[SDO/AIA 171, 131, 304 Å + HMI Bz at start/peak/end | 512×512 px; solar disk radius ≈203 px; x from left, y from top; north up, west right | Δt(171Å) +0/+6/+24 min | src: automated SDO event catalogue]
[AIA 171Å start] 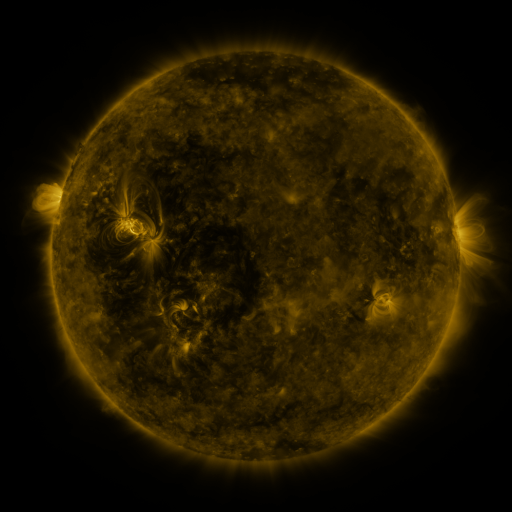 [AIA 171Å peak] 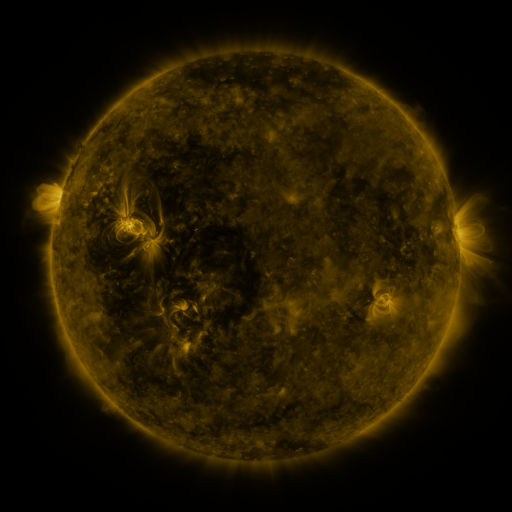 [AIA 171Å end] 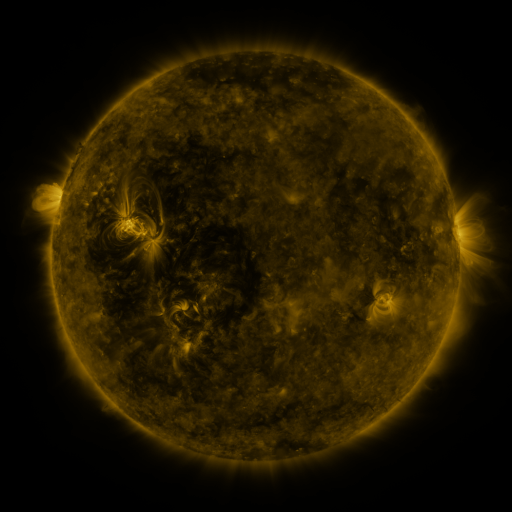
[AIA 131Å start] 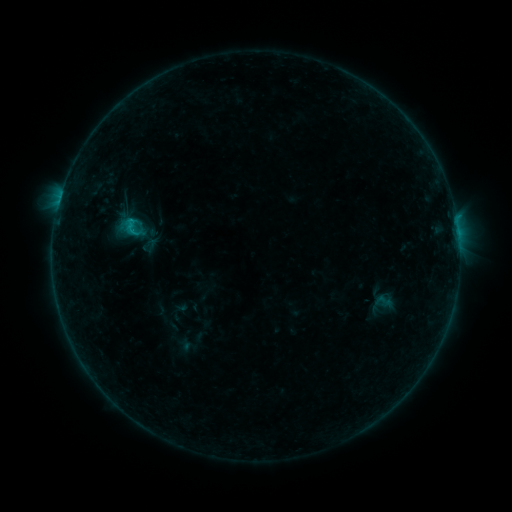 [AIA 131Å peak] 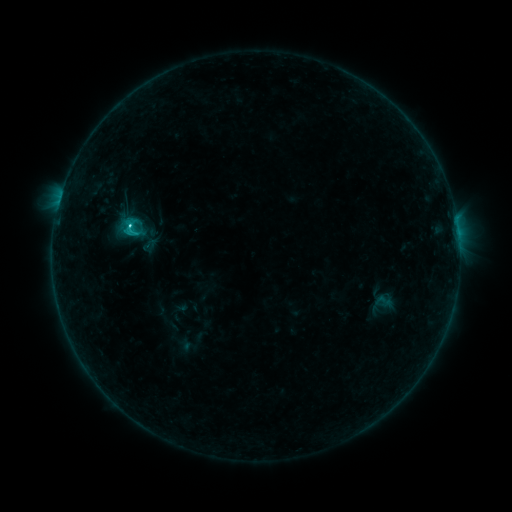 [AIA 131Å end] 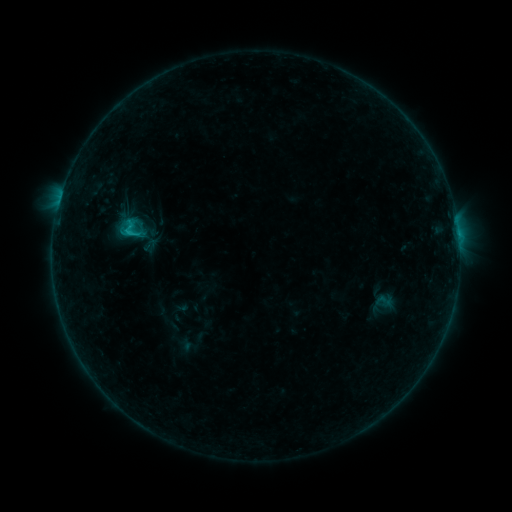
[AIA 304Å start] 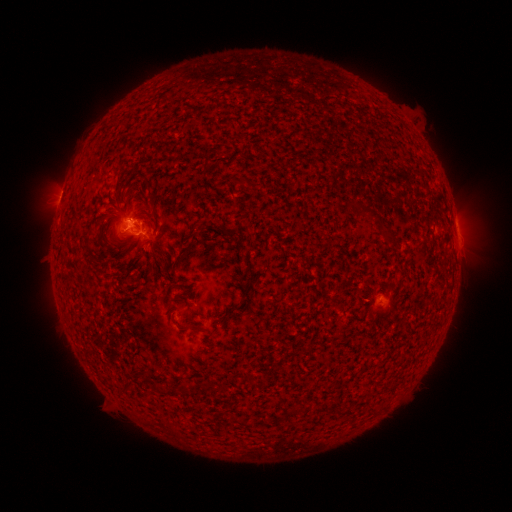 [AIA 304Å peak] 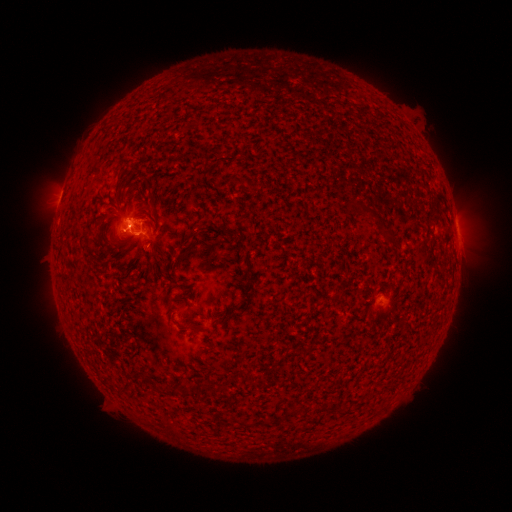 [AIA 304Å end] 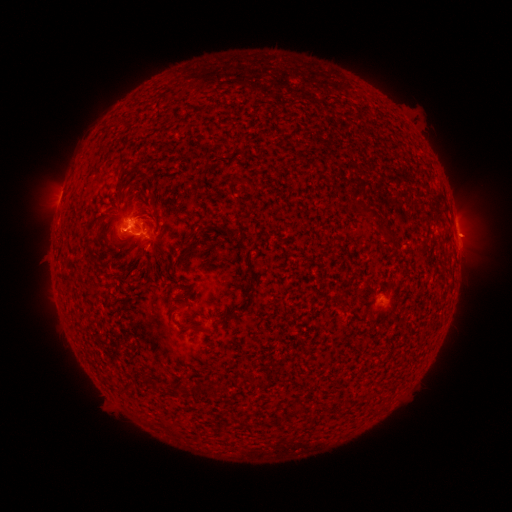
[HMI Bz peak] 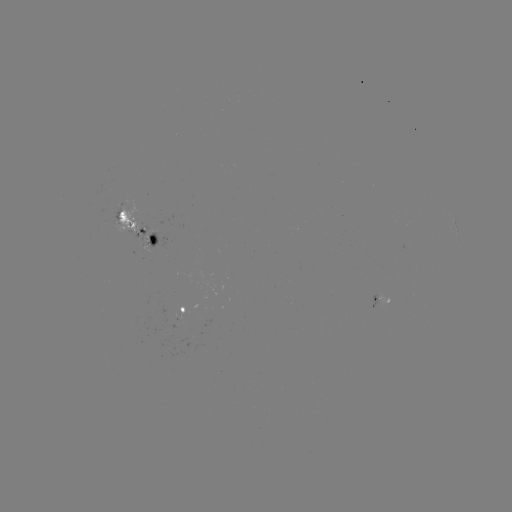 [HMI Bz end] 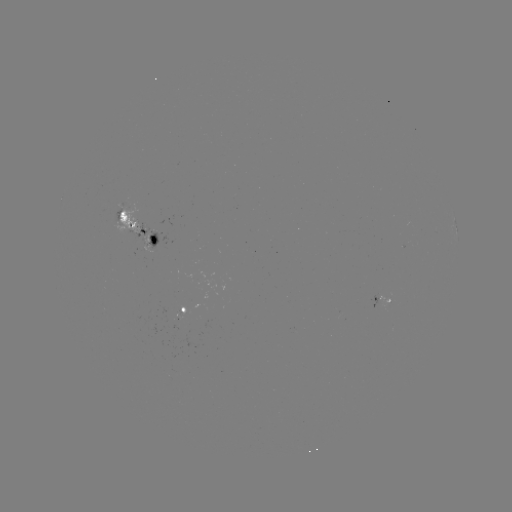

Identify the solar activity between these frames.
C1.0 flare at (130, 229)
